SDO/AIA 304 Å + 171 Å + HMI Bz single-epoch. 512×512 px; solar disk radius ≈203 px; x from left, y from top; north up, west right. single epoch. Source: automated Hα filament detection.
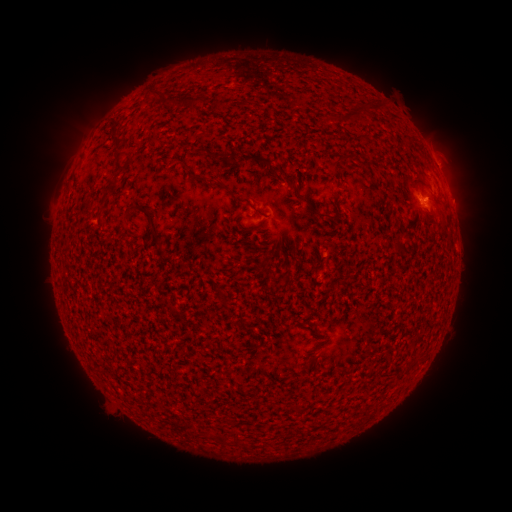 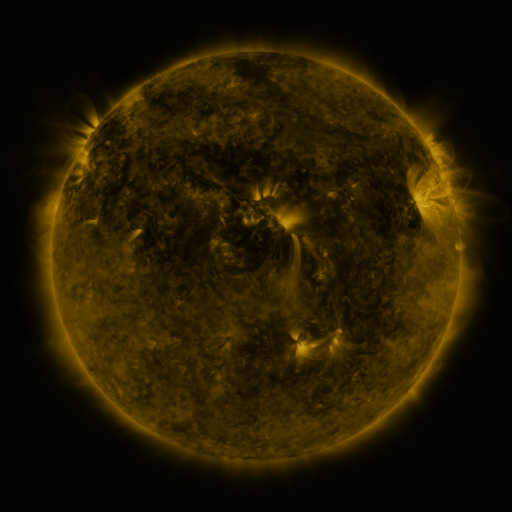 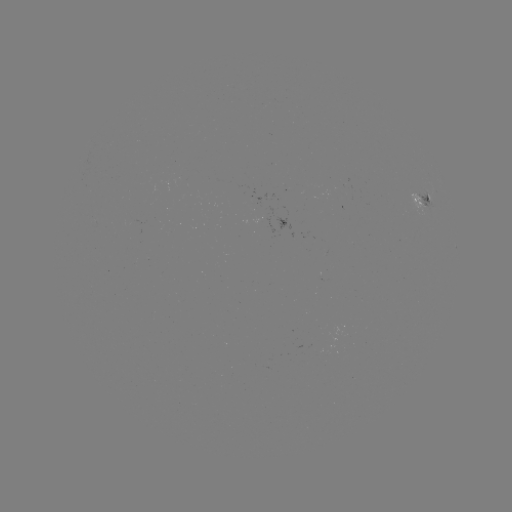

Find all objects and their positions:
filament: (156, 92)
filament: (171, 103)
filament: (194, 103)
filament: (362, 110)
filament: (341, 120)
filament: (212, 154)
filament: (253, 159)
filament: (339, 160)
filament: (119, 162)
filament: (226, 188)
filament: (307, 204)
filament: (255, 209)
filament: (152, 220)
